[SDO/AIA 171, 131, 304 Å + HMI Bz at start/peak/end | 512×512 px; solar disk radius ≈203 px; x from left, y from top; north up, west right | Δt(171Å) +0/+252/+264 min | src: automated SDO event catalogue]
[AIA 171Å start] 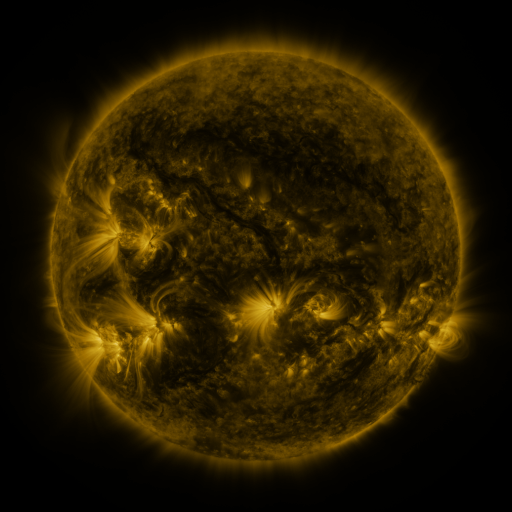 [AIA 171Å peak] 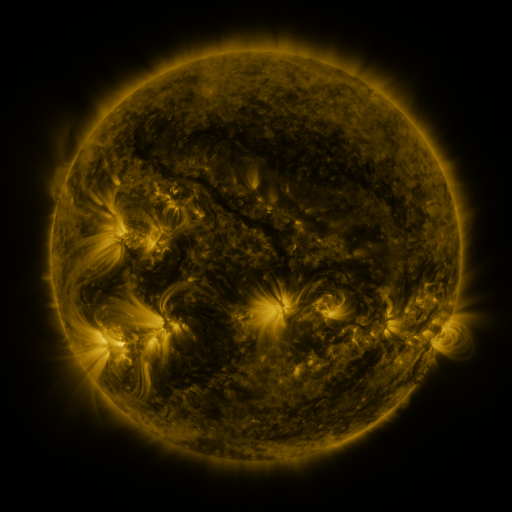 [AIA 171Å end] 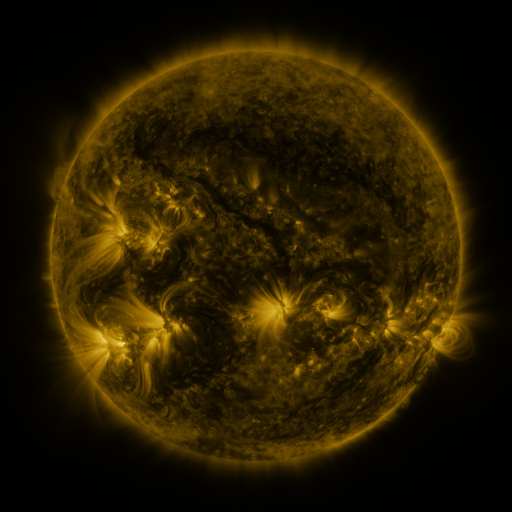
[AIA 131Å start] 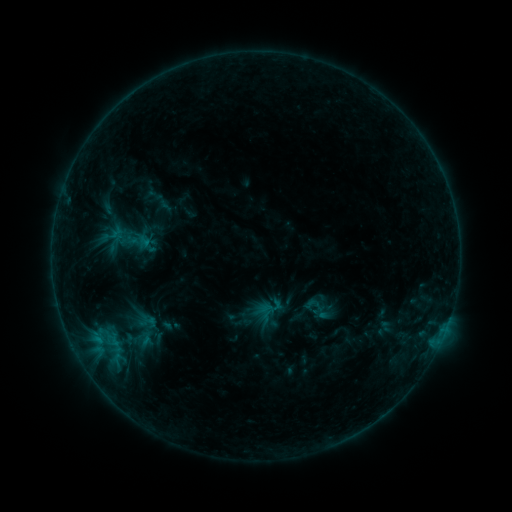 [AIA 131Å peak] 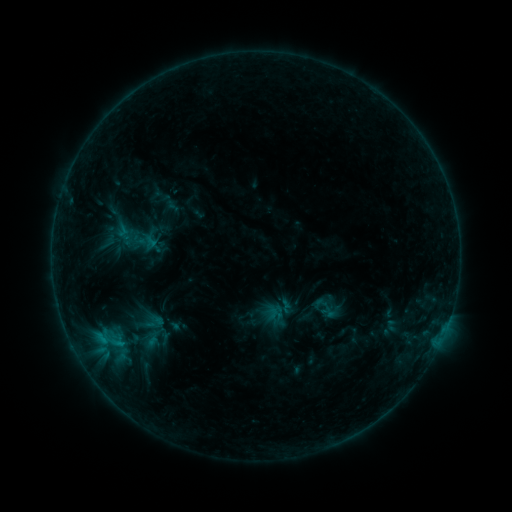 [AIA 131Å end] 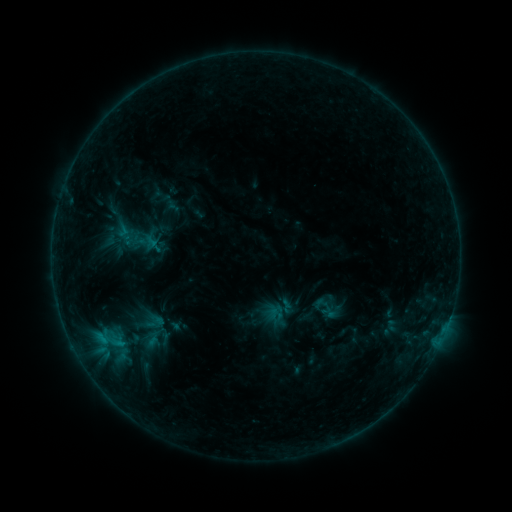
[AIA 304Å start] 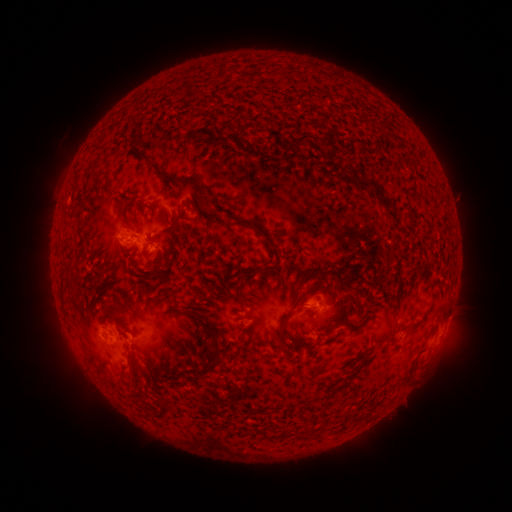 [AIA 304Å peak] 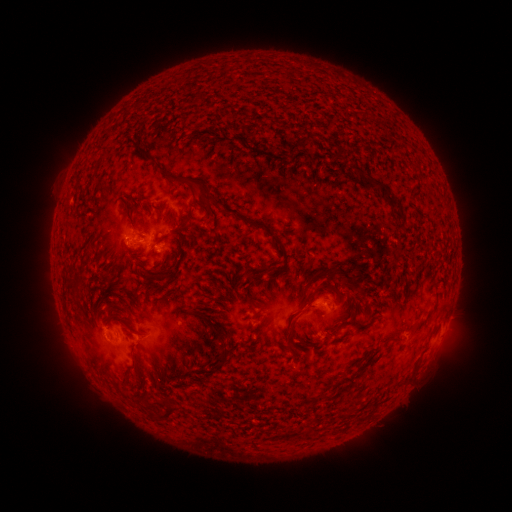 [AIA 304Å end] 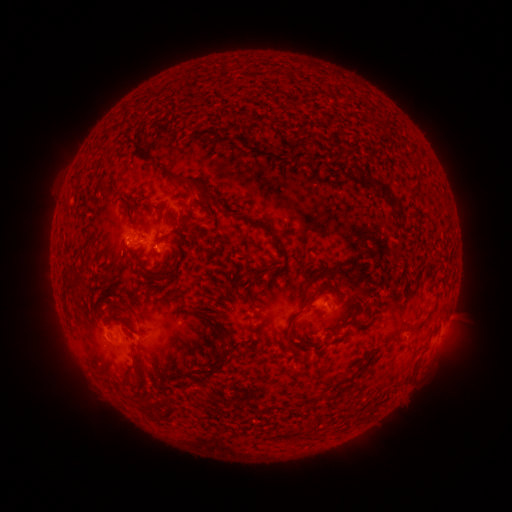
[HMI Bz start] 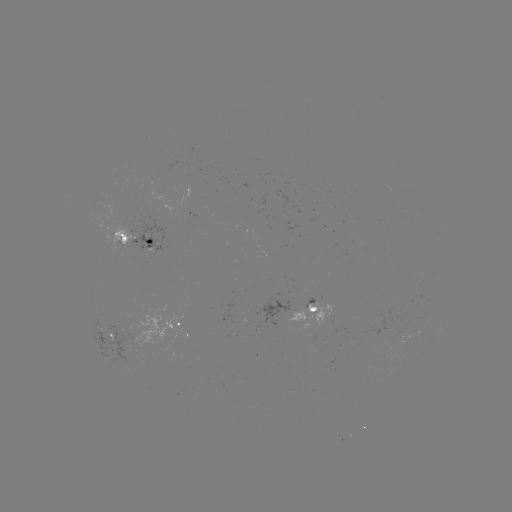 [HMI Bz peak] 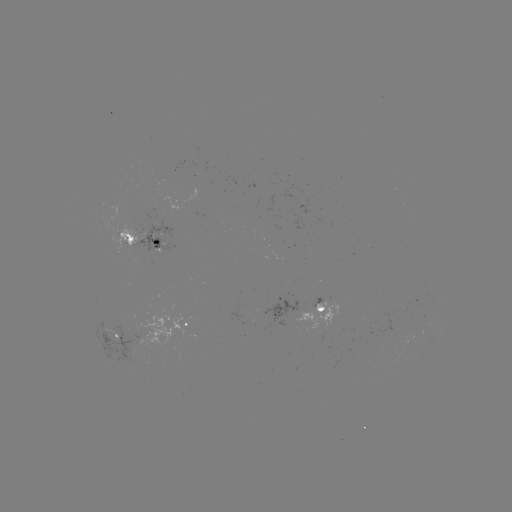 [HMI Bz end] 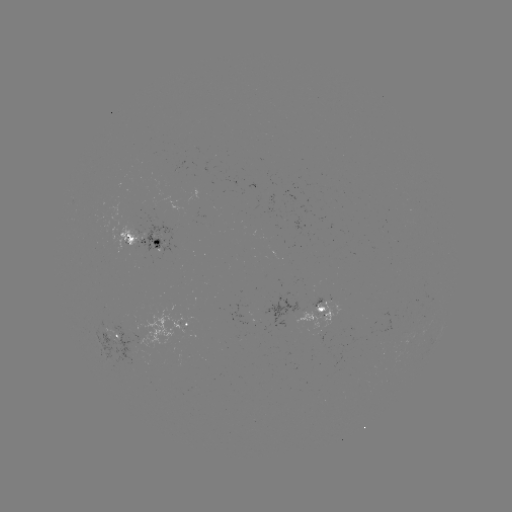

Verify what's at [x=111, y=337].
emerging-flux region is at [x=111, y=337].